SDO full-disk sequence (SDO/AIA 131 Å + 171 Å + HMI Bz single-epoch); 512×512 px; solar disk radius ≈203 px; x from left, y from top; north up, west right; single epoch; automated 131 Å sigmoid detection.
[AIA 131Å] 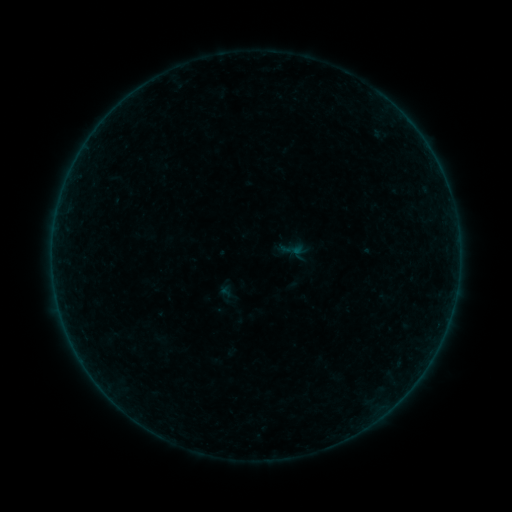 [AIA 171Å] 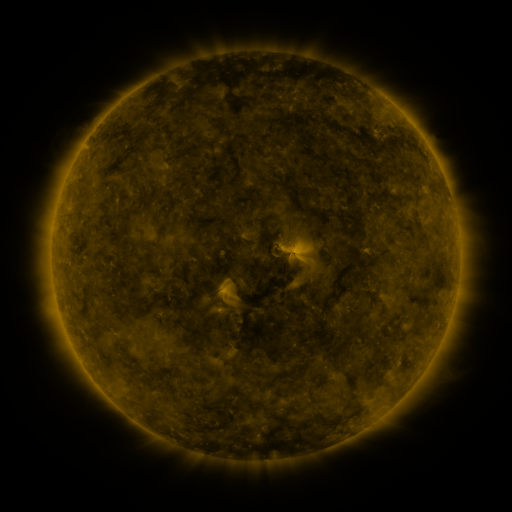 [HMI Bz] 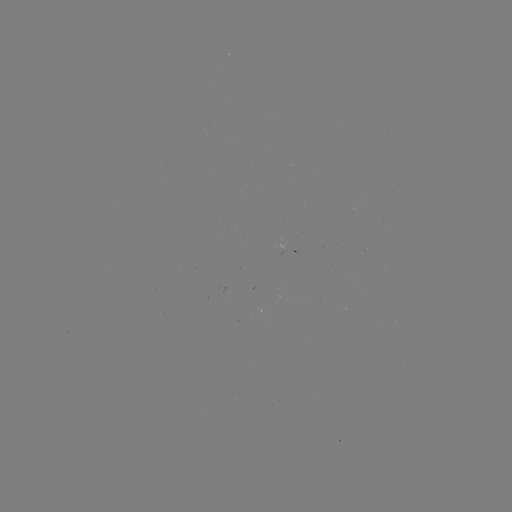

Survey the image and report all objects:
sigmoid: [280, 238, 304, 261]
